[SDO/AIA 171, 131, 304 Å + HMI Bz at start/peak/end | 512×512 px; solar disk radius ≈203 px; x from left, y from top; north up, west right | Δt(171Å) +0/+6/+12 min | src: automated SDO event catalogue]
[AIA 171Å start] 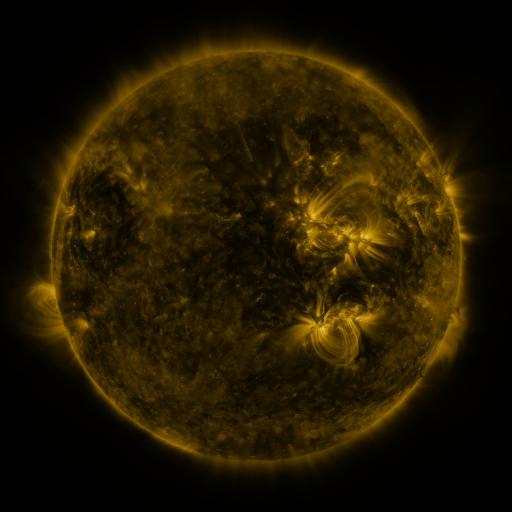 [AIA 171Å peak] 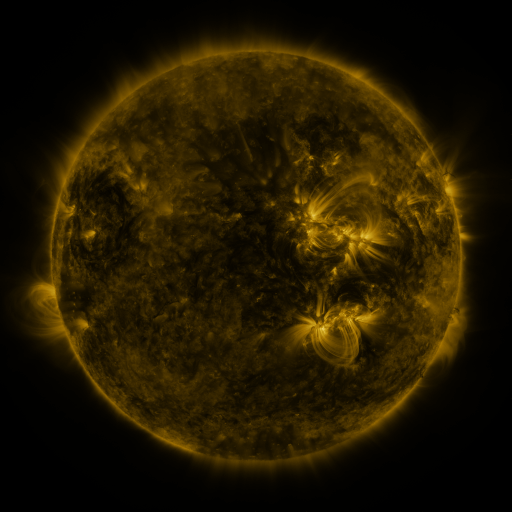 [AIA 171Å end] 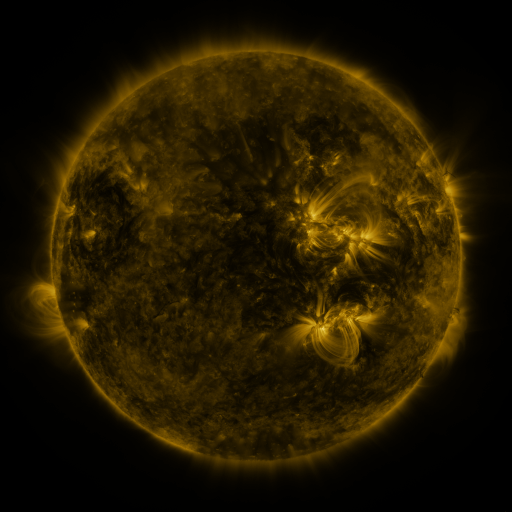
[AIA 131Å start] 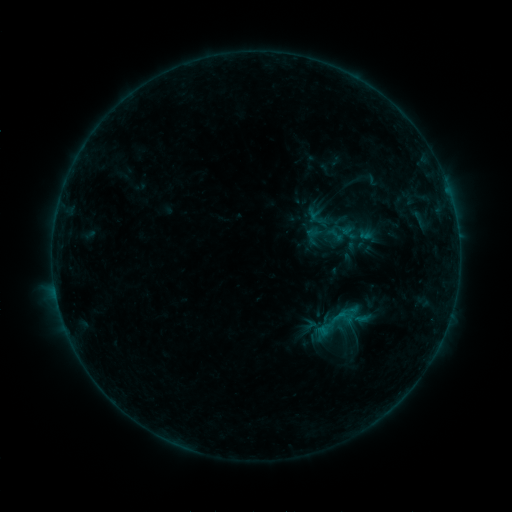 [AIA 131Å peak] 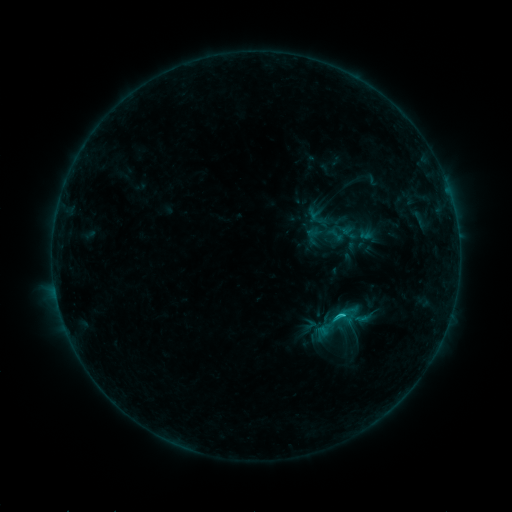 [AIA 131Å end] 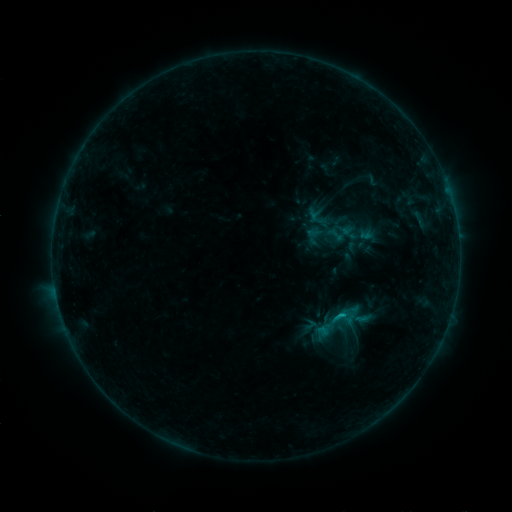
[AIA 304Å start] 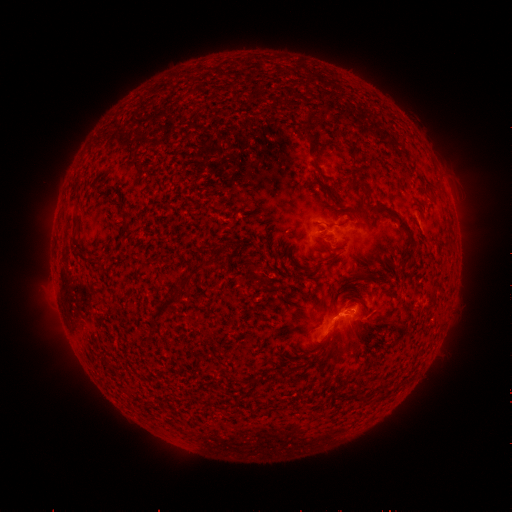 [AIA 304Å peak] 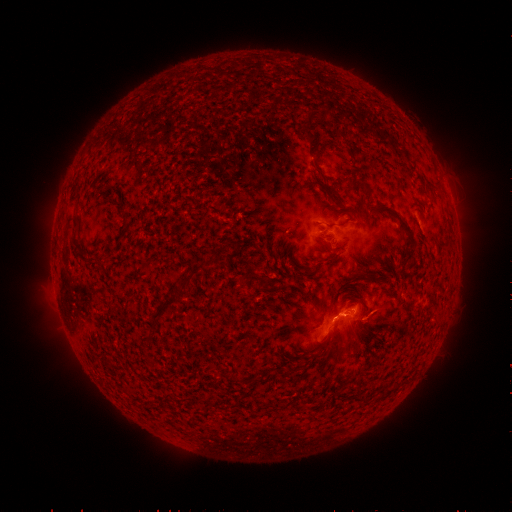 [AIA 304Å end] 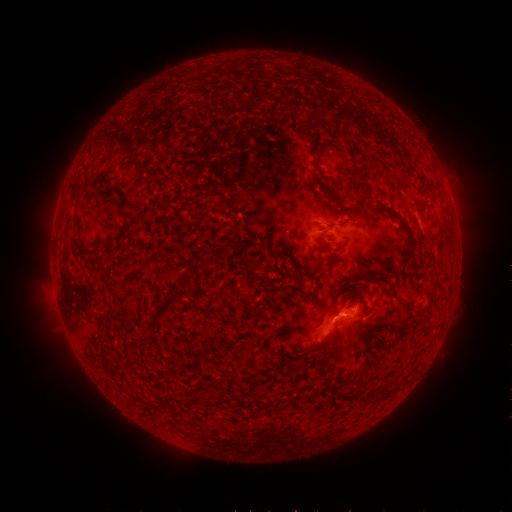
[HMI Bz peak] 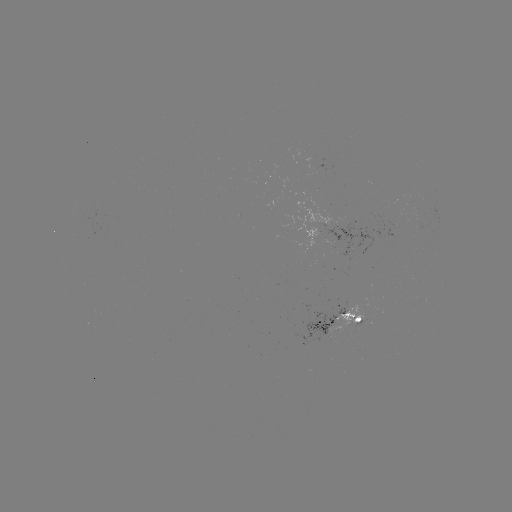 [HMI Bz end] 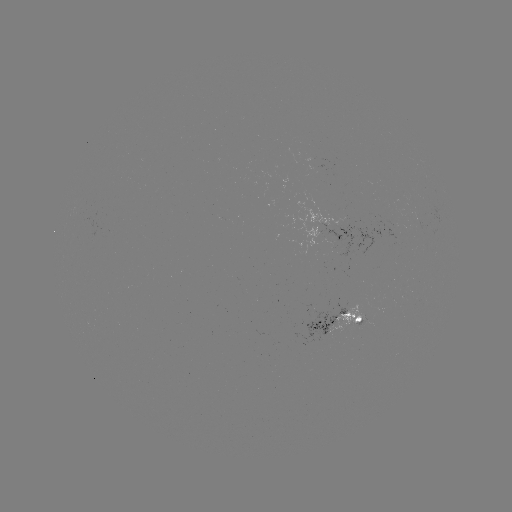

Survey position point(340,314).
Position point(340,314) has B8.3 flare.